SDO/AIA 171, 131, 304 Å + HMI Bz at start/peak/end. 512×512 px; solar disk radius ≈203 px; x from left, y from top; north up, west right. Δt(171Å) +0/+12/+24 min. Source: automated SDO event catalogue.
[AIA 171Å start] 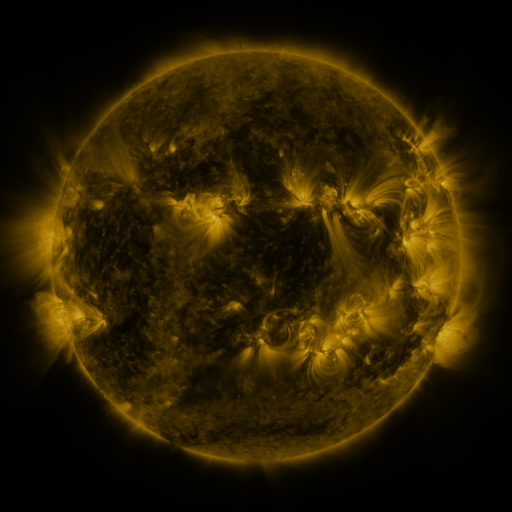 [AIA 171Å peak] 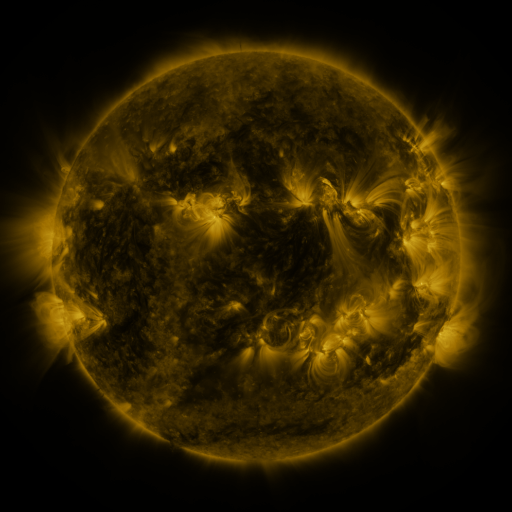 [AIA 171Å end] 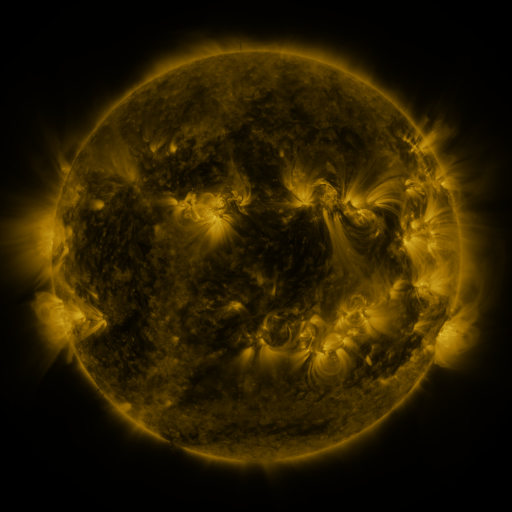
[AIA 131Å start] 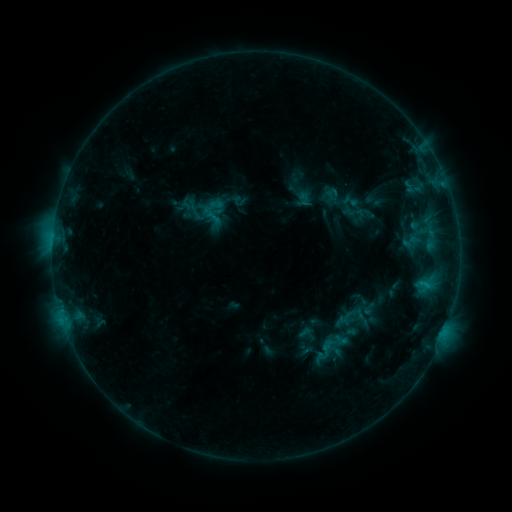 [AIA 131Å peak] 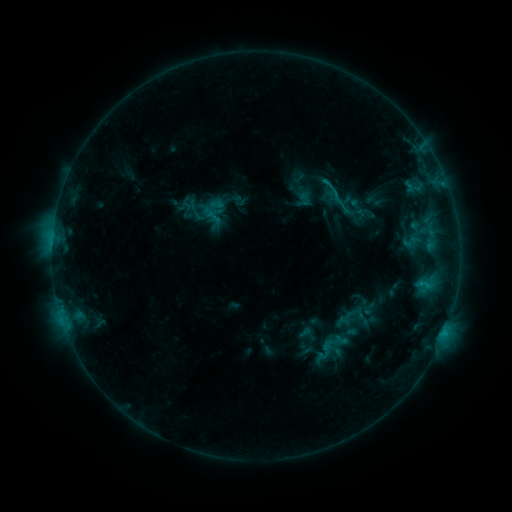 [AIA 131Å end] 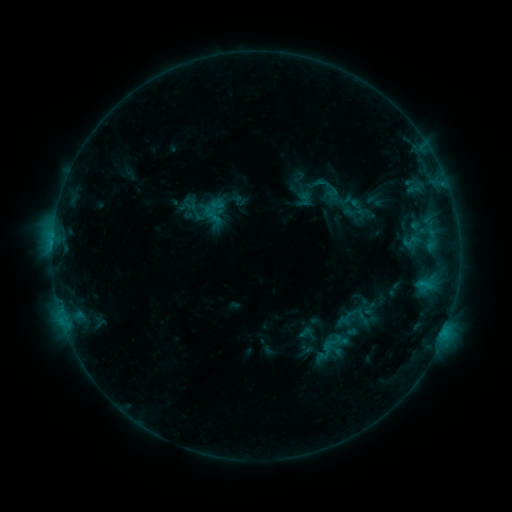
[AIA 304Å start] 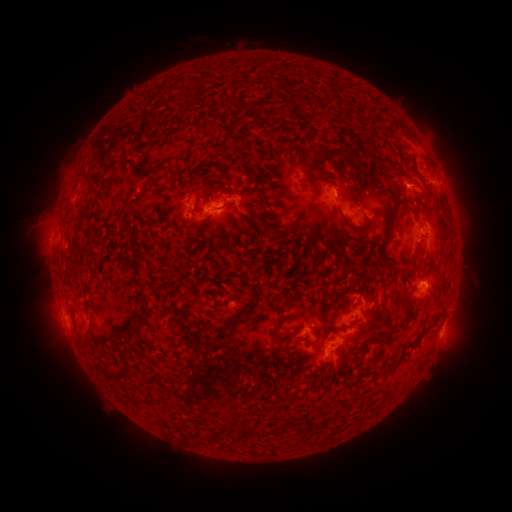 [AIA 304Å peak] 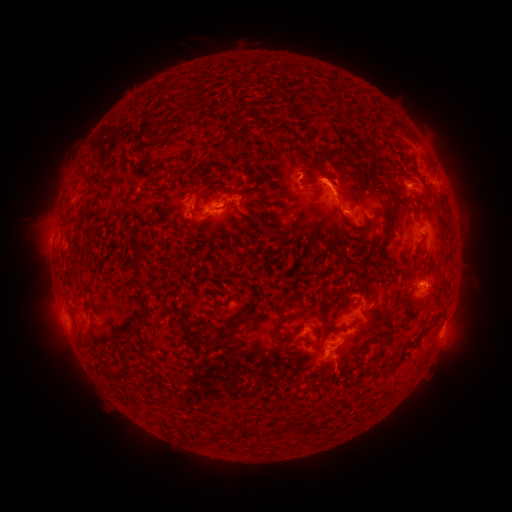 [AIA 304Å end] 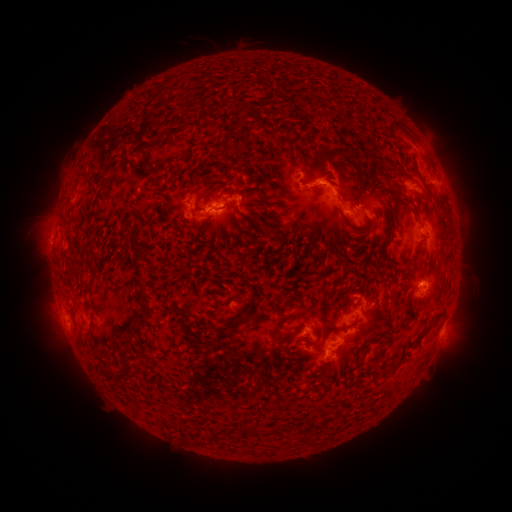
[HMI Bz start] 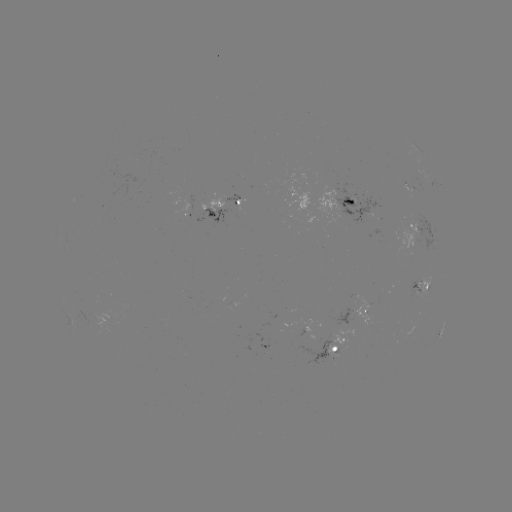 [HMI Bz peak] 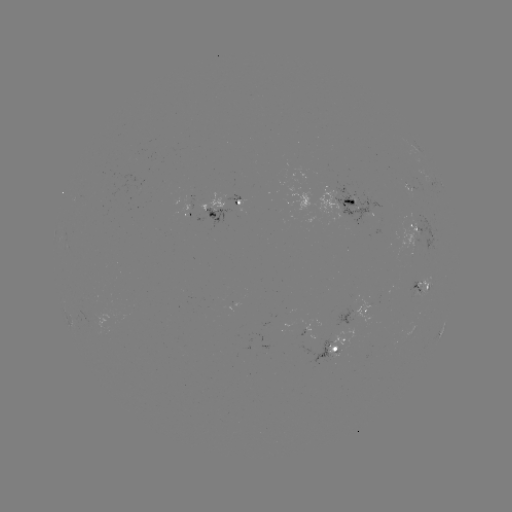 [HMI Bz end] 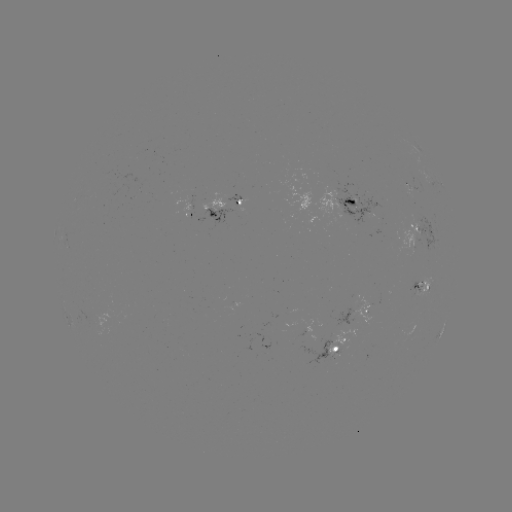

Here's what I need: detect B9.6 flare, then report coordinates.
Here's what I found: B9.6 flare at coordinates [444, 331].